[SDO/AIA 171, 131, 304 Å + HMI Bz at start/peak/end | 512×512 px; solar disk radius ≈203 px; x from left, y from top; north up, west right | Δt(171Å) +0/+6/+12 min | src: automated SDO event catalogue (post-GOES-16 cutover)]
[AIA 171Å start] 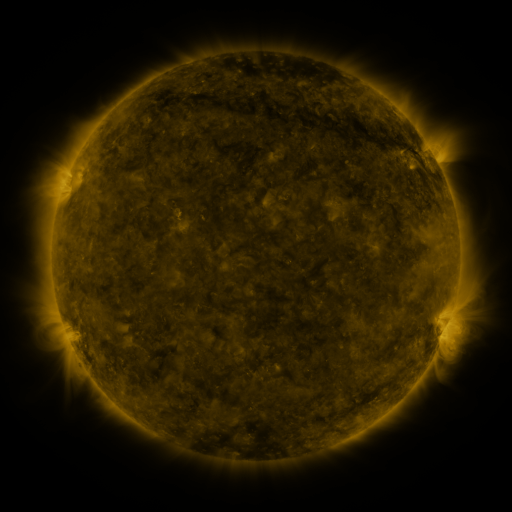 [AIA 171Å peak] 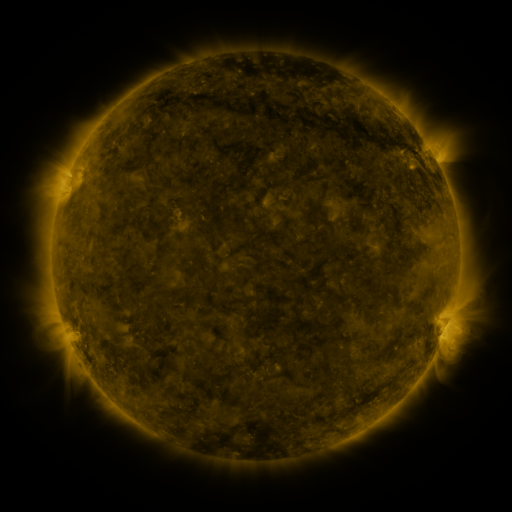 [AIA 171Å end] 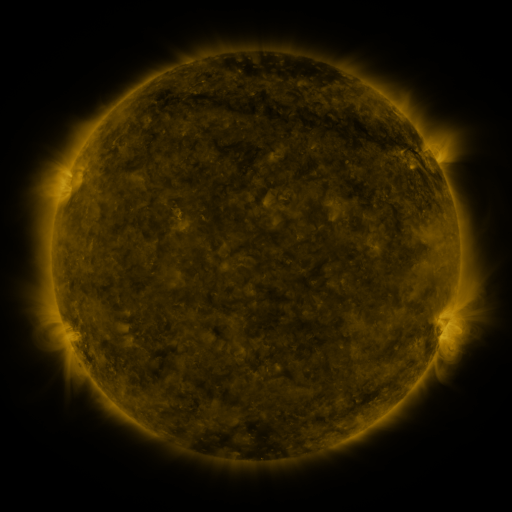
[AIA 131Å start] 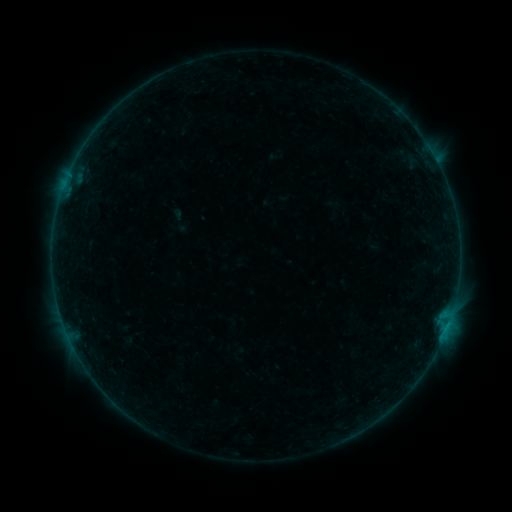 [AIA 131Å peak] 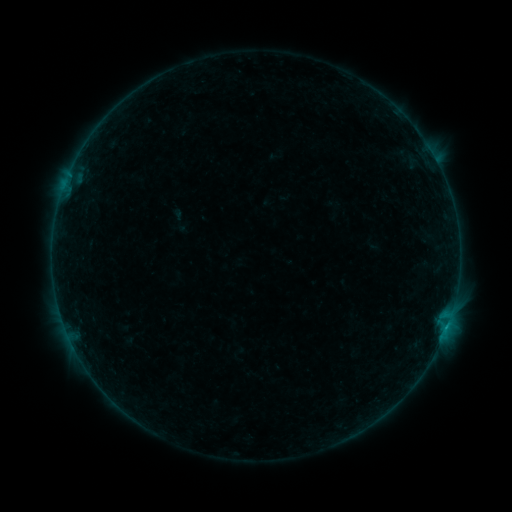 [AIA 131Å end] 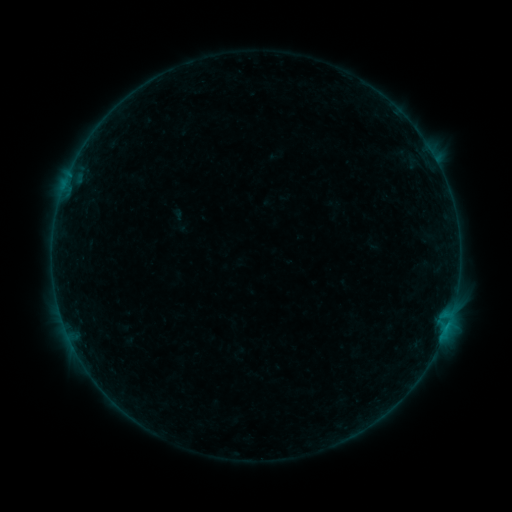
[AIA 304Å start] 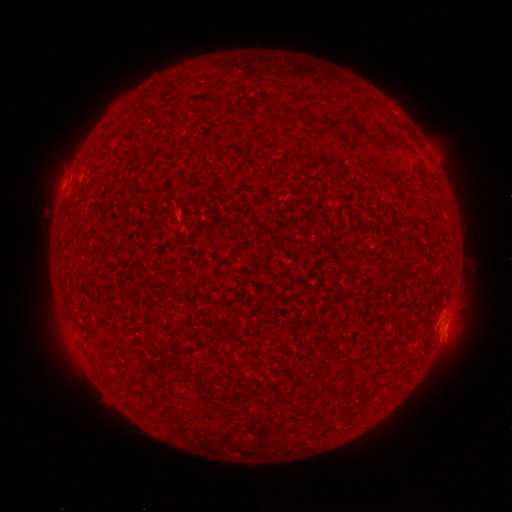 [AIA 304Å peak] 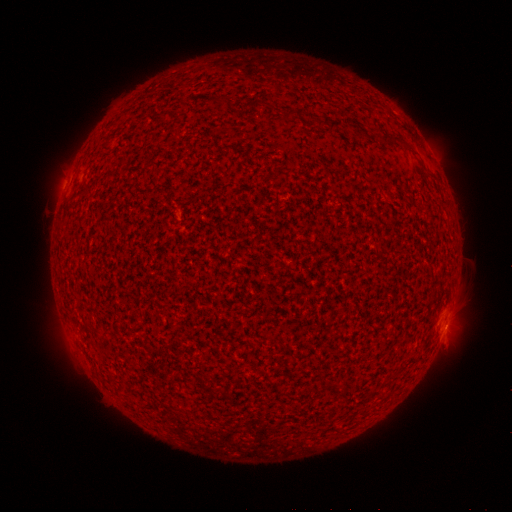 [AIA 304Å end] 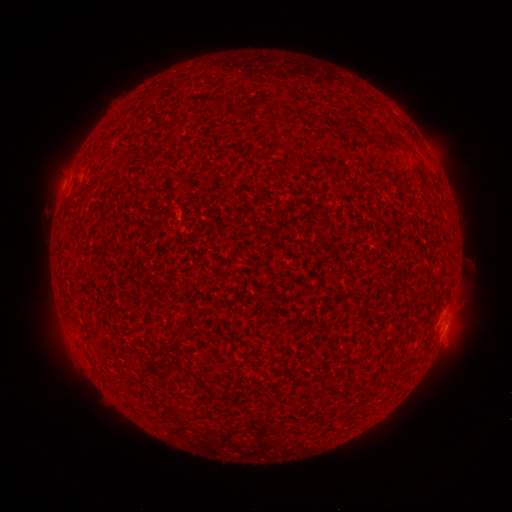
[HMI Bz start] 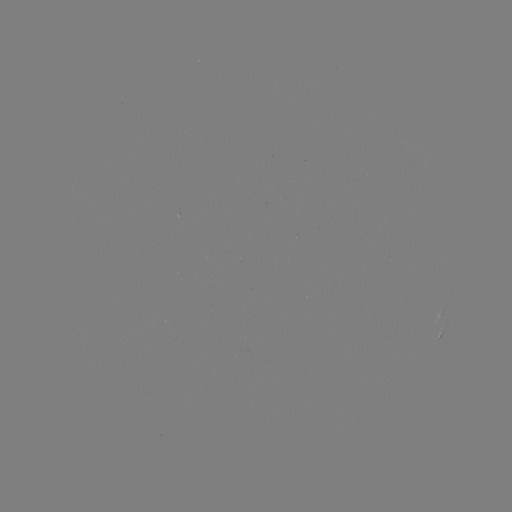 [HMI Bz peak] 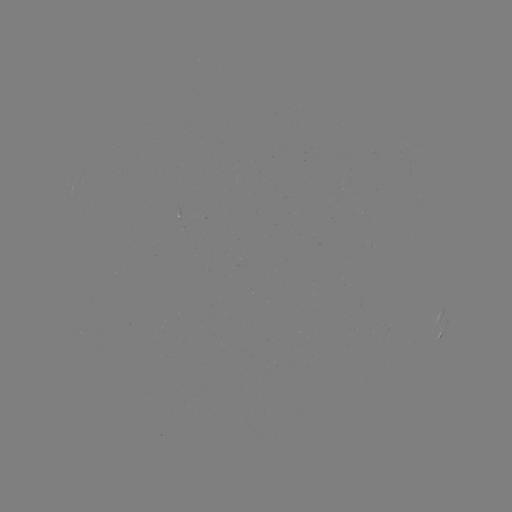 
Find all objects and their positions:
B2.0 flare: (446, 326)
